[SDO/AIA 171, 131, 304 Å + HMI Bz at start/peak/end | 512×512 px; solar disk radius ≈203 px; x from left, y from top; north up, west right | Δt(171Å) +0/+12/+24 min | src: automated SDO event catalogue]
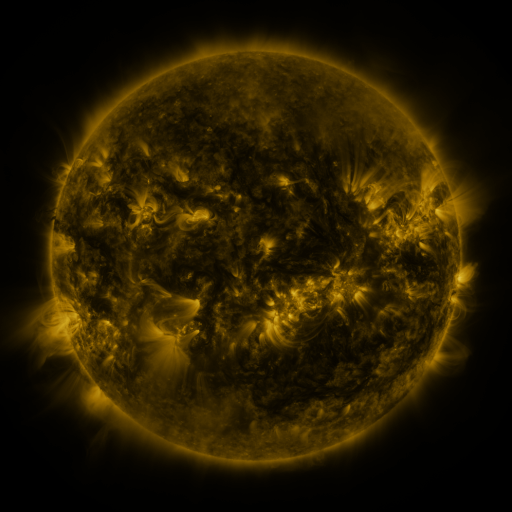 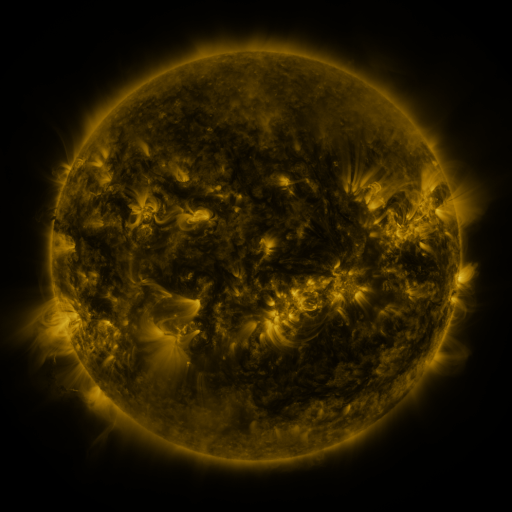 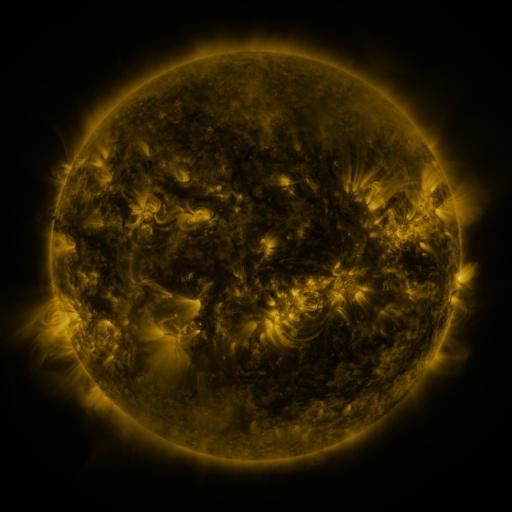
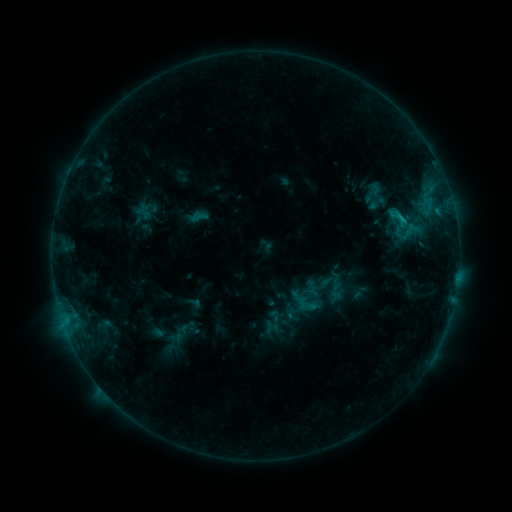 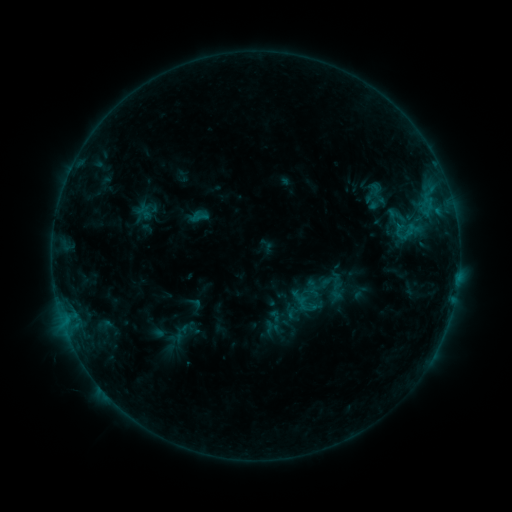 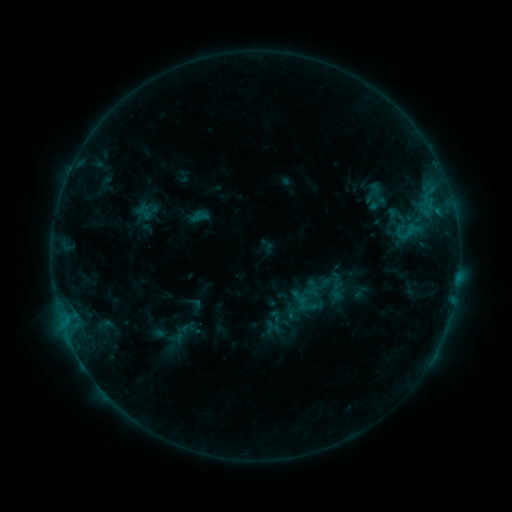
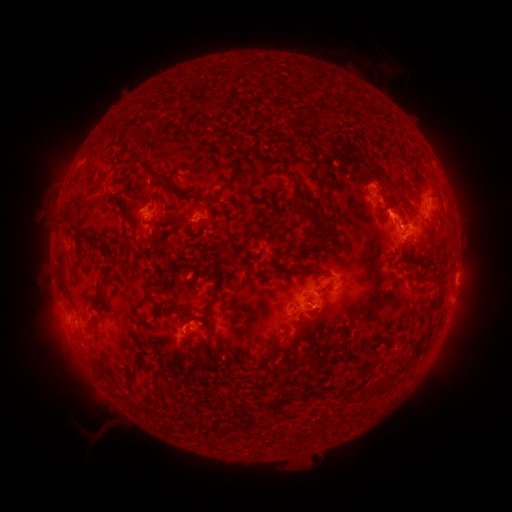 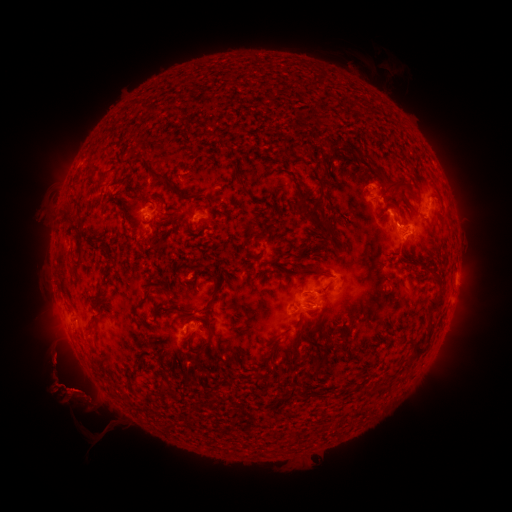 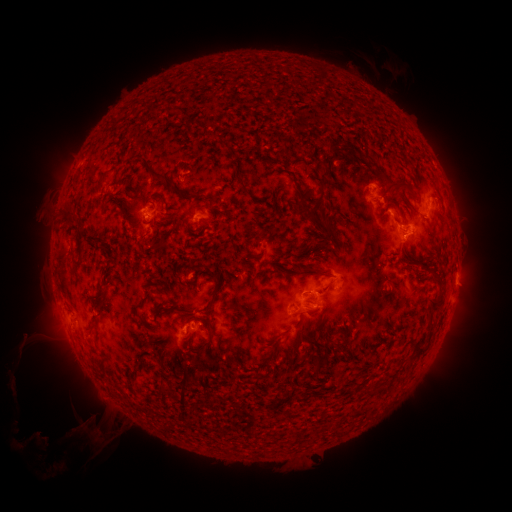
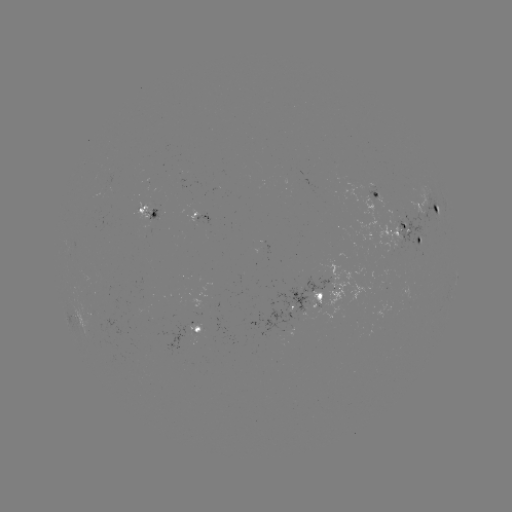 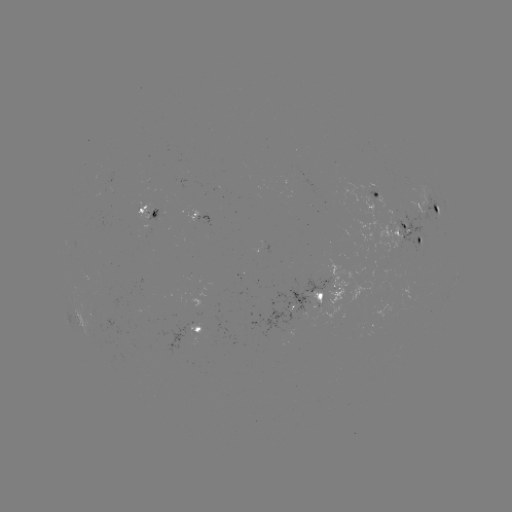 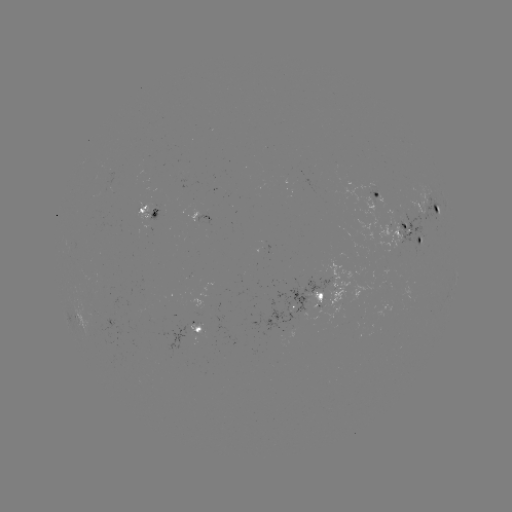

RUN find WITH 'eruption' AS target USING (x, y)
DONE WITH (68, 383) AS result